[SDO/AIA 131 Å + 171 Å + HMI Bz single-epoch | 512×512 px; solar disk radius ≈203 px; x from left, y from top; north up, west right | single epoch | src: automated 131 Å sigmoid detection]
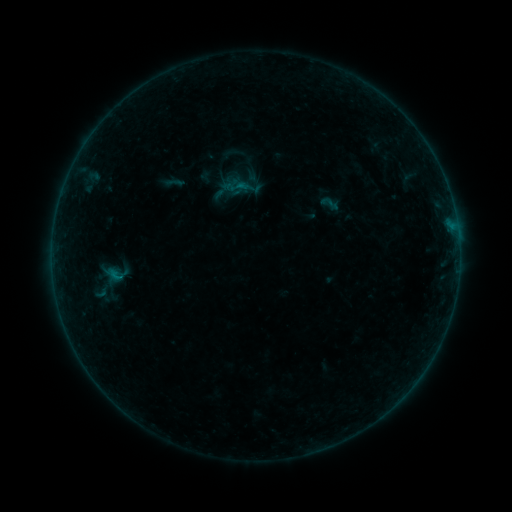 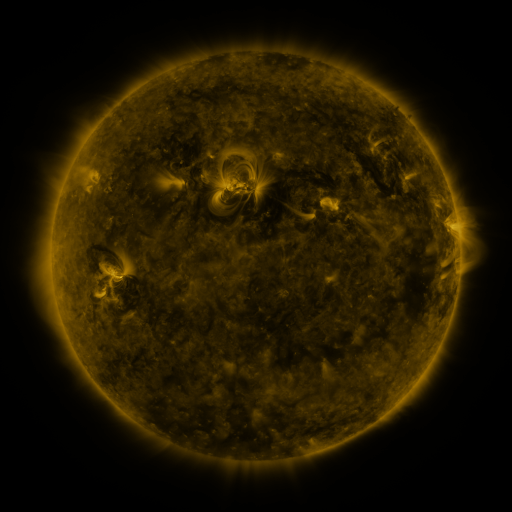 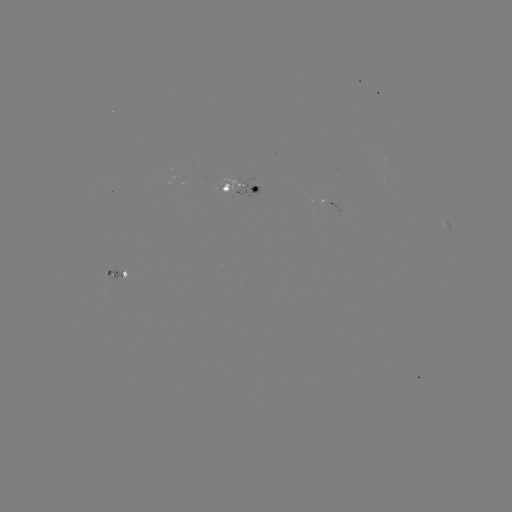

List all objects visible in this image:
sigmoid: (238, 186)
sigmoid: (330, 203)
